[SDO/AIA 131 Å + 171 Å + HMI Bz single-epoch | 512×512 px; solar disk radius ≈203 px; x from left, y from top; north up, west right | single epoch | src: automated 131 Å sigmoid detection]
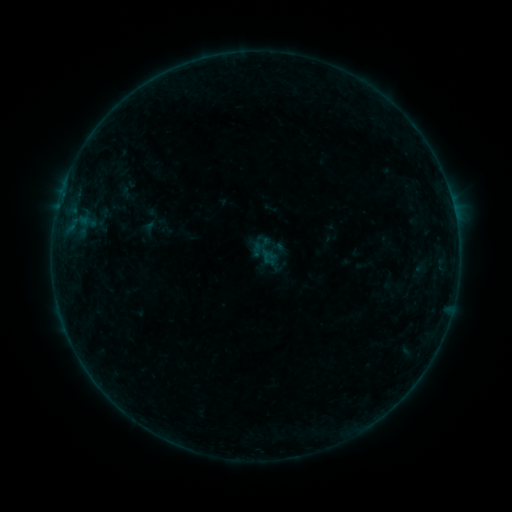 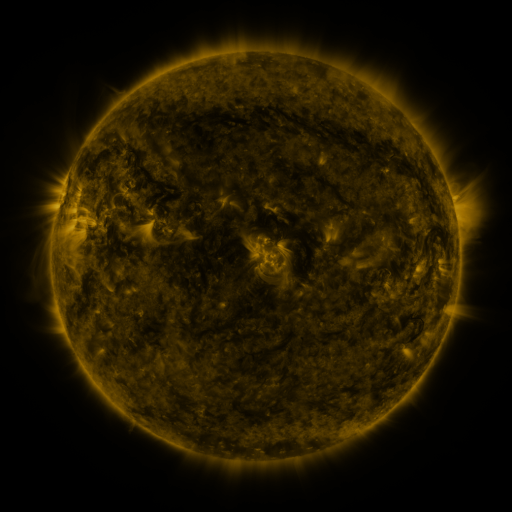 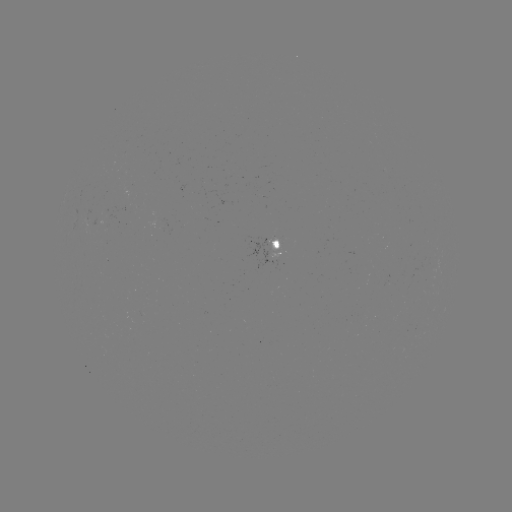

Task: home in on sigmoid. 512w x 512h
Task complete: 265,250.